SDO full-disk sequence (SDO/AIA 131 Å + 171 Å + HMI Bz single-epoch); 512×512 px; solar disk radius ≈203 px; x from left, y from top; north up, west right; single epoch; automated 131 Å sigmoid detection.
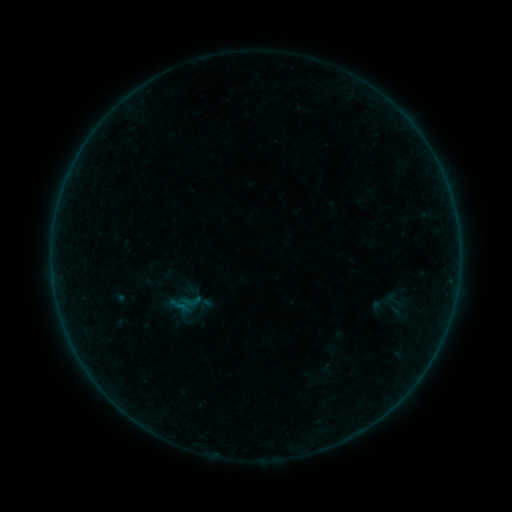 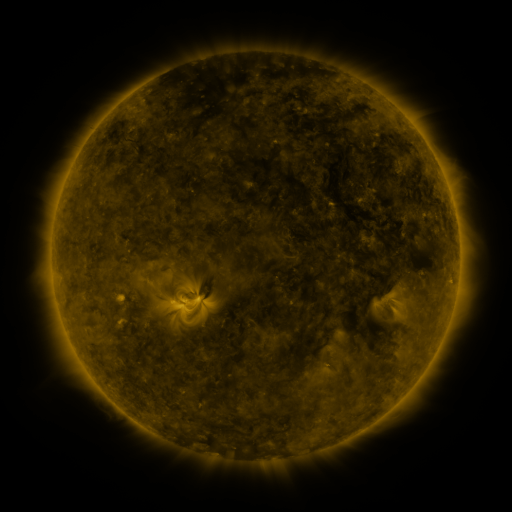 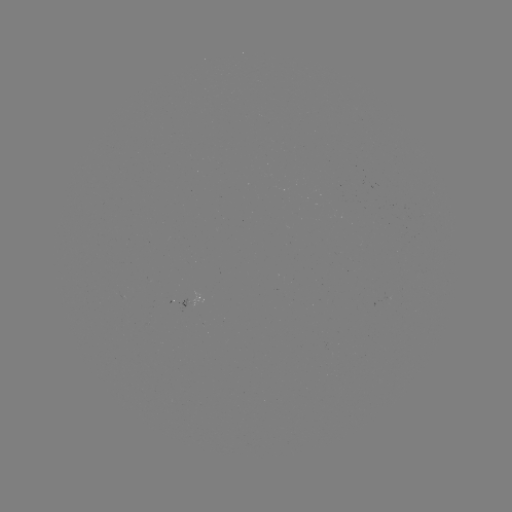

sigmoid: [384, 290, 405, 311]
